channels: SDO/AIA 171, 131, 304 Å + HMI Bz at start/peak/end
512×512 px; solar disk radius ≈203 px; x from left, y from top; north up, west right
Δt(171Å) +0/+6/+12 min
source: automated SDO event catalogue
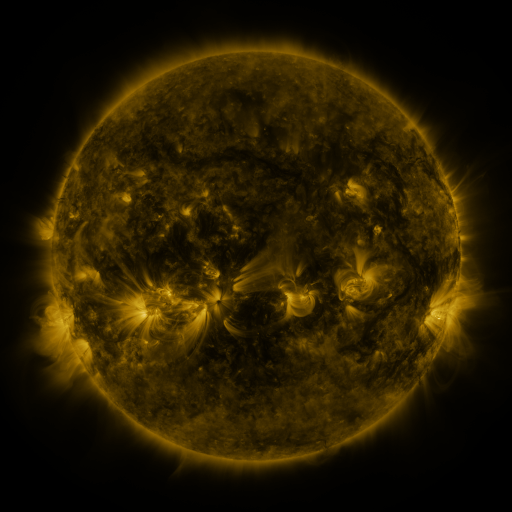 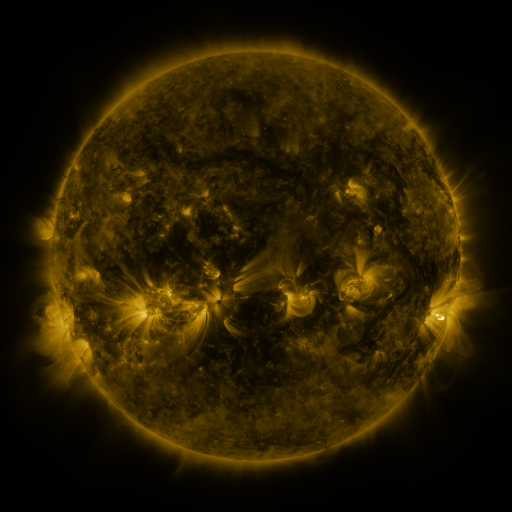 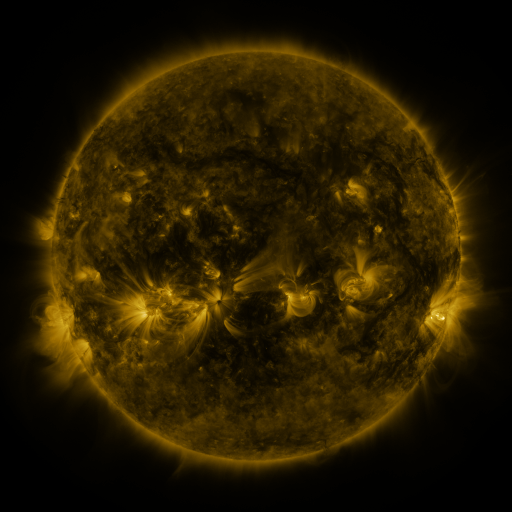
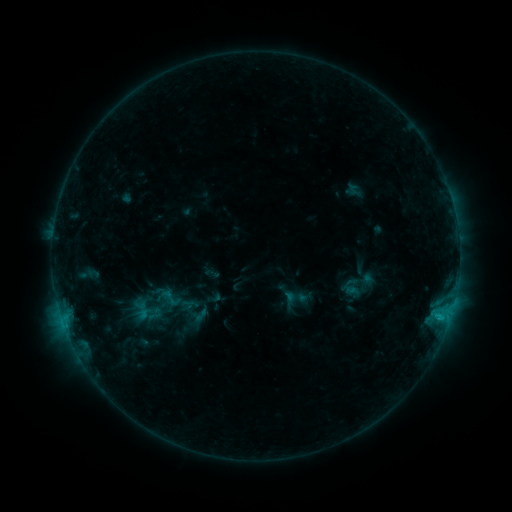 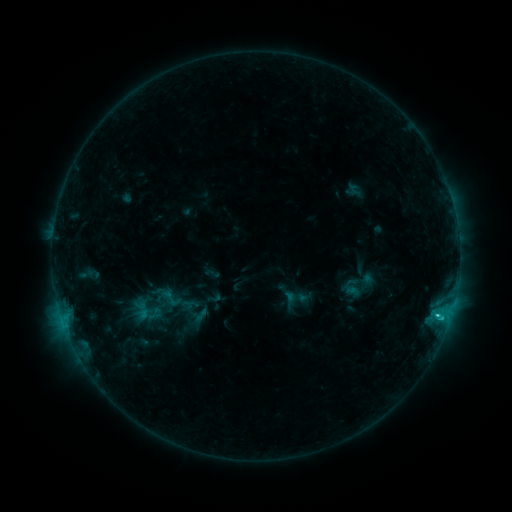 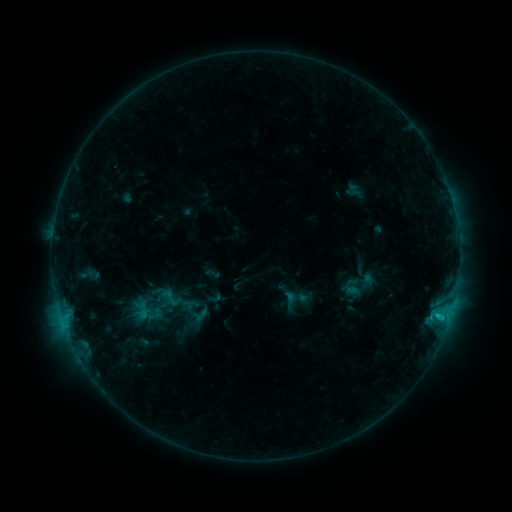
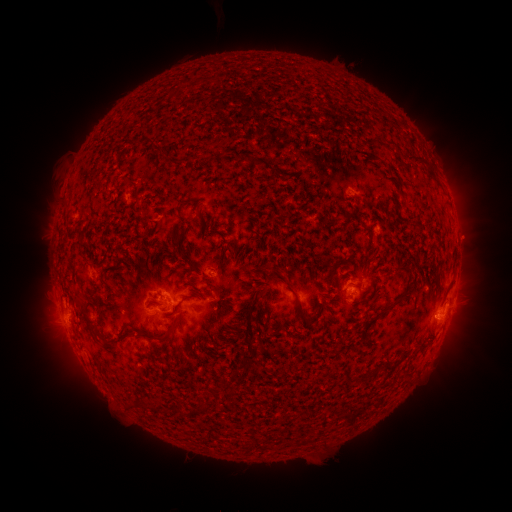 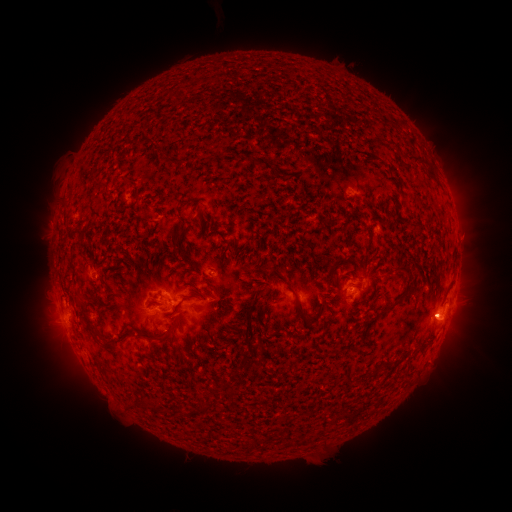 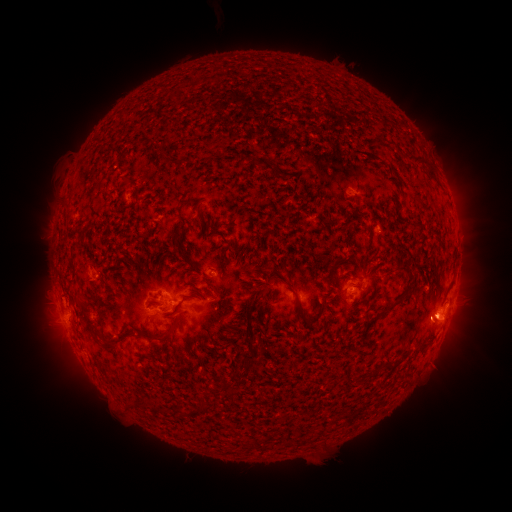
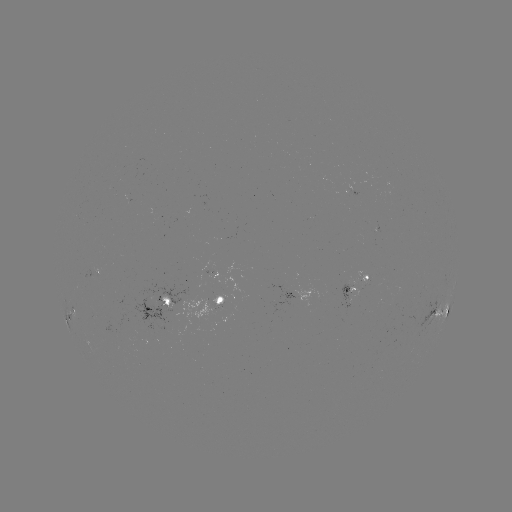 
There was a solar flare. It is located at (437, 313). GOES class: C2.3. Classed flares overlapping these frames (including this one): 1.